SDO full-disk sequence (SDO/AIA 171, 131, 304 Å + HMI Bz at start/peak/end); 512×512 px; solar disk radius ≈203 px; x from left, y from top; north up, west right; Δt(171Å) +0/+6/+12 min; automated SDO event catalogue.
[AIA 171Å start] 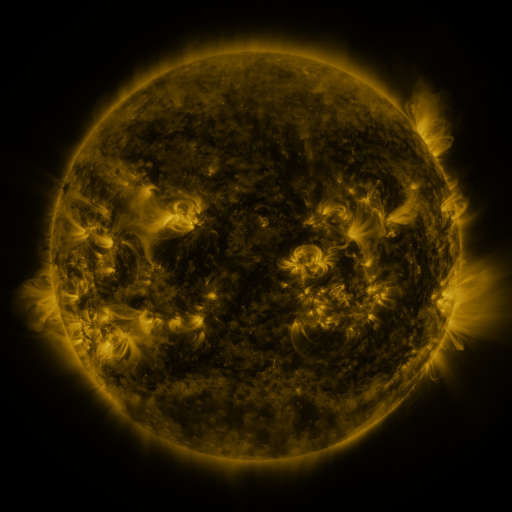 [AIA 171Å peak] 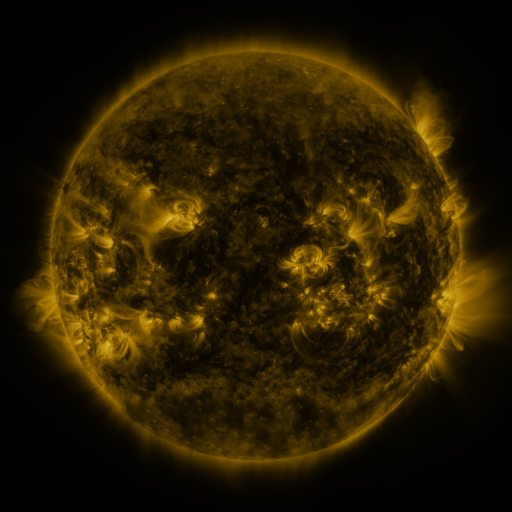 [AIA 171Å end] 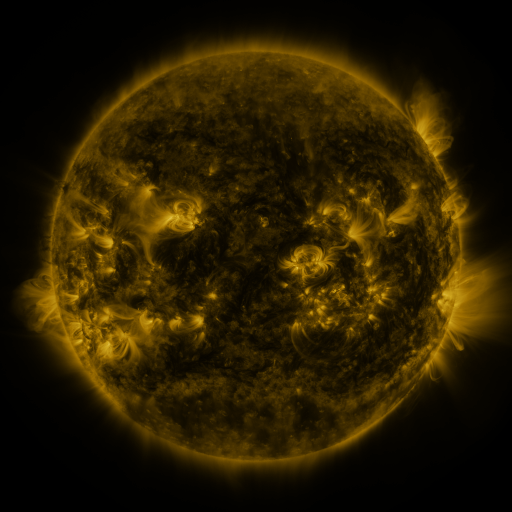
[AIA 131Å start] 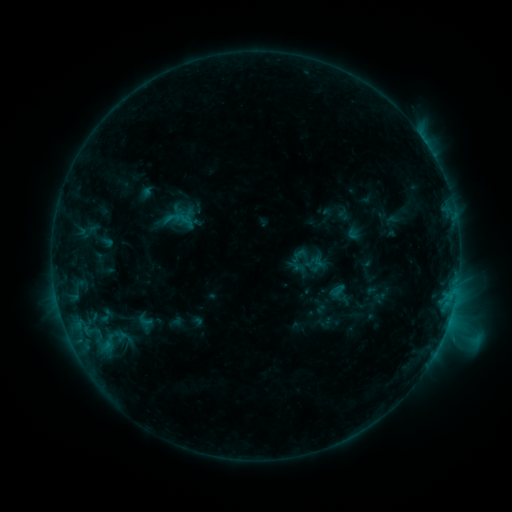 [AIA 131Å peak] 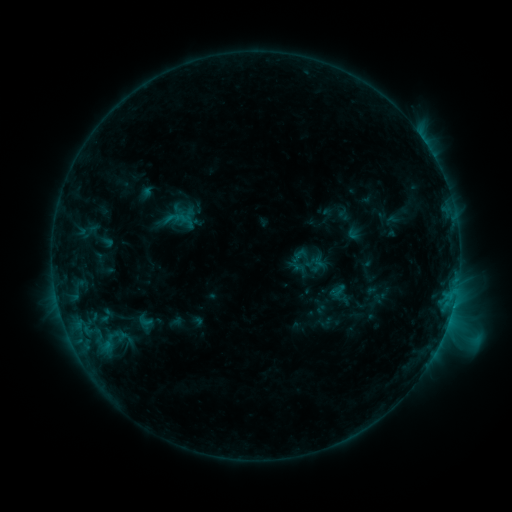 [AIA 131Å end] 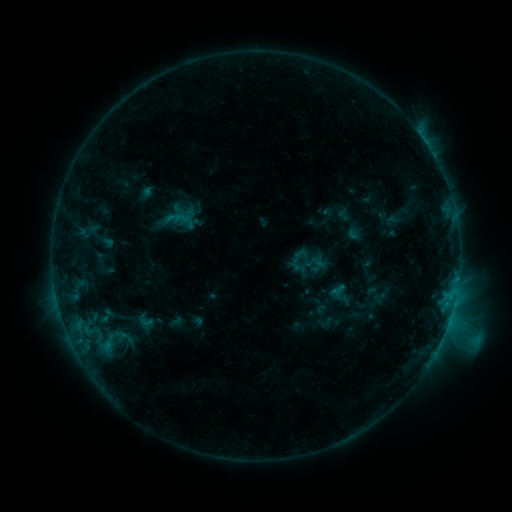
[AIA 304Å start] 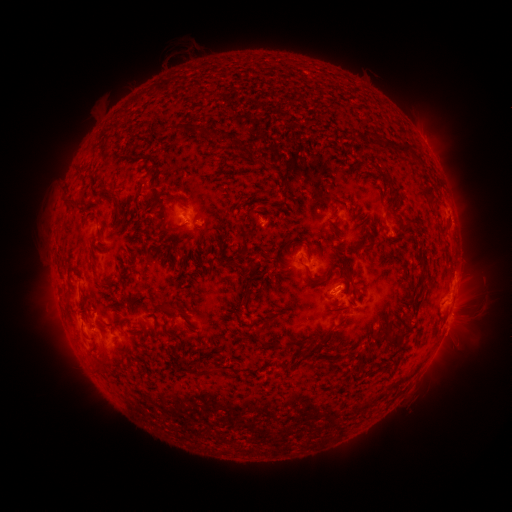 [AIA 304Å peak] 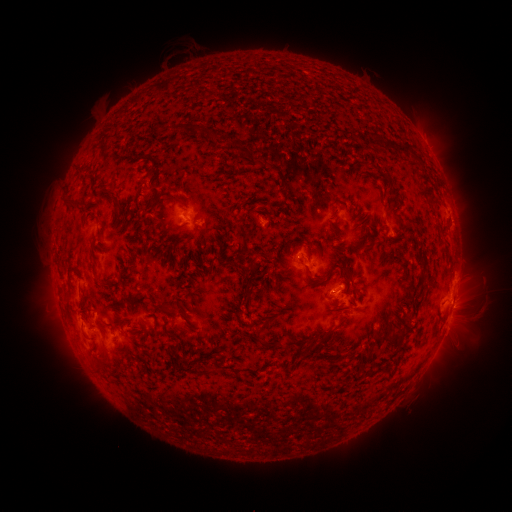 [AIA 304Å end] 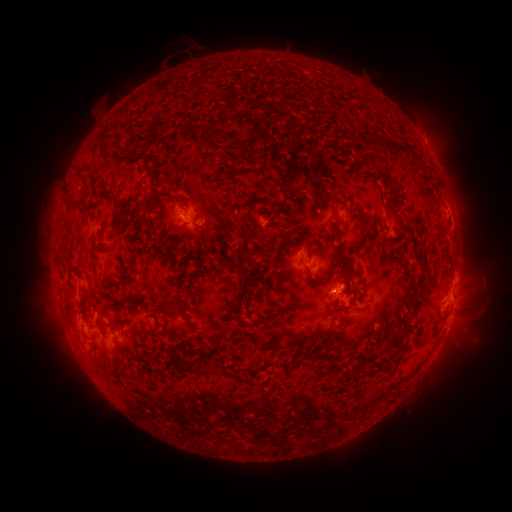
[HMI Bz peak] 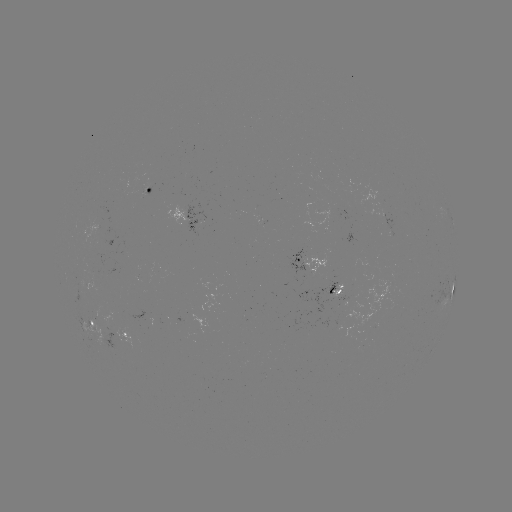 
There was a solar flare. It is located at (452, 304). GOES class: C4.0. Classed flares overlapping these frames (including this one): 1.